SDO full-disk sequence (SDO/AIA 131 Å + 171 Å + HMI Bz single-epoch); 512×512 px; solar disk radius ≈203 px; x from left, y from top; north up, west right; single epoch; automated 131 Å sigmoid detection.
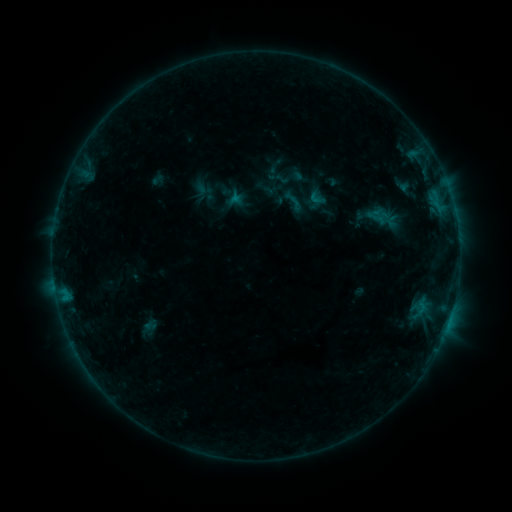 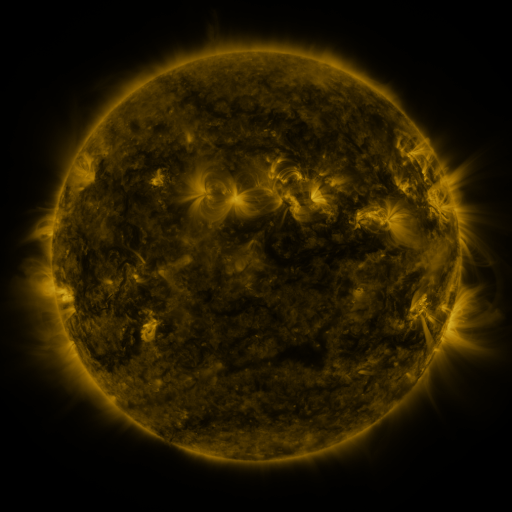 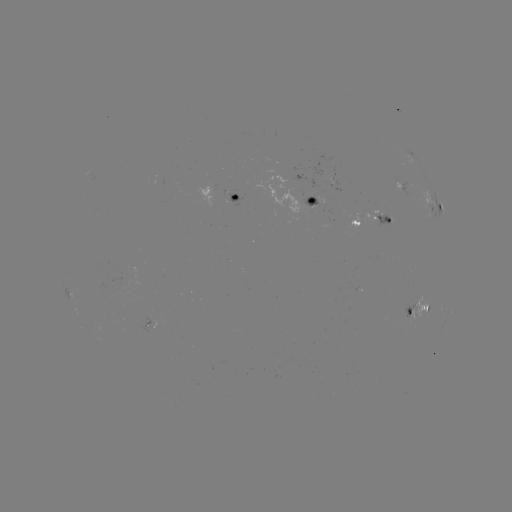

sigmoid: [278, 186, 308, 216]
